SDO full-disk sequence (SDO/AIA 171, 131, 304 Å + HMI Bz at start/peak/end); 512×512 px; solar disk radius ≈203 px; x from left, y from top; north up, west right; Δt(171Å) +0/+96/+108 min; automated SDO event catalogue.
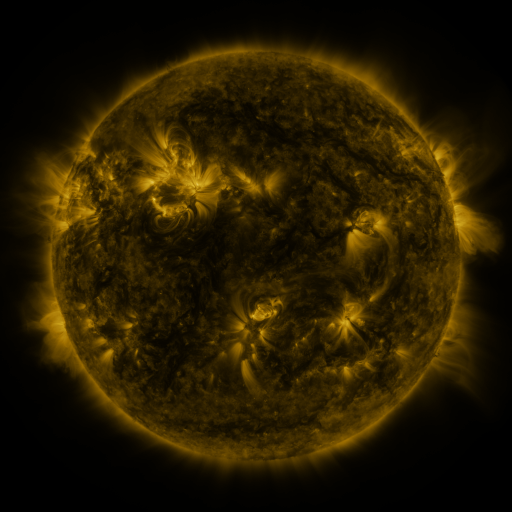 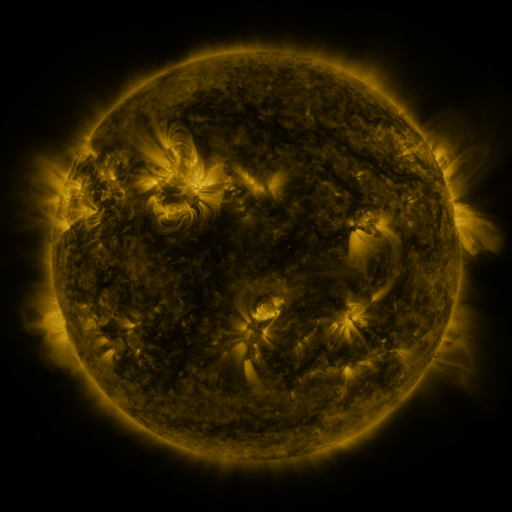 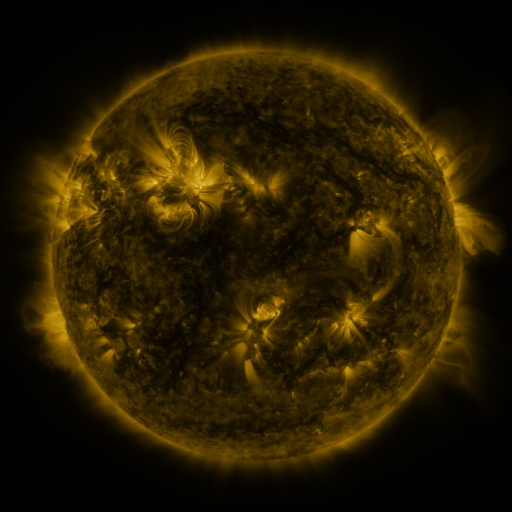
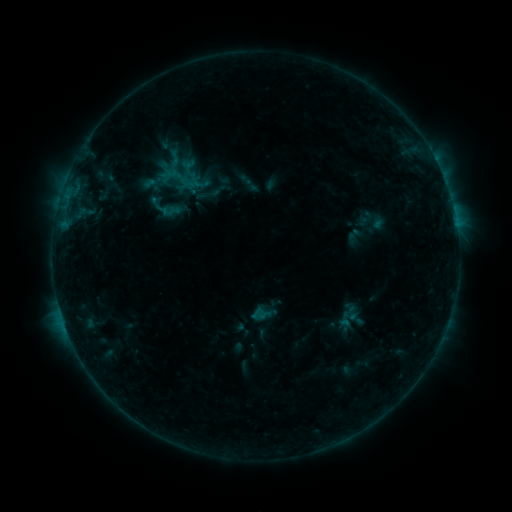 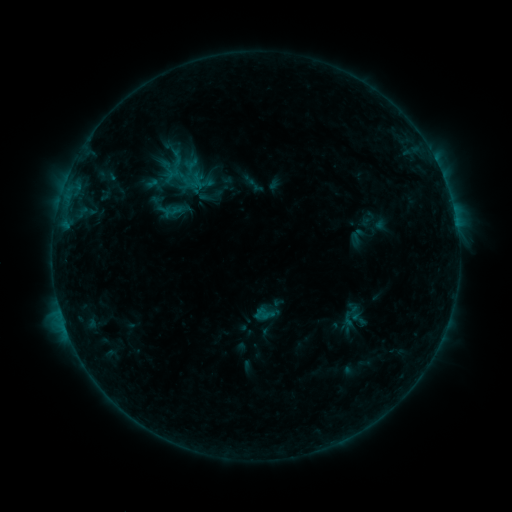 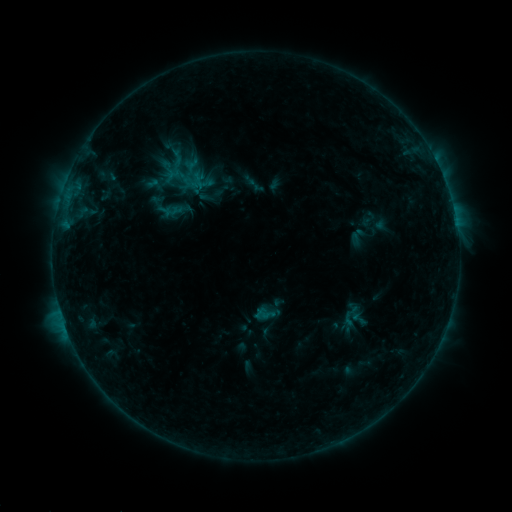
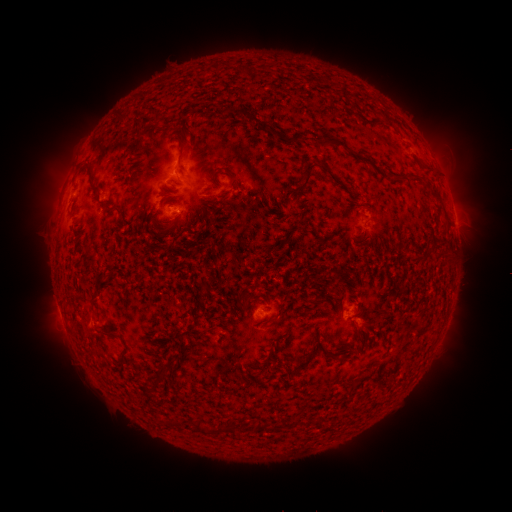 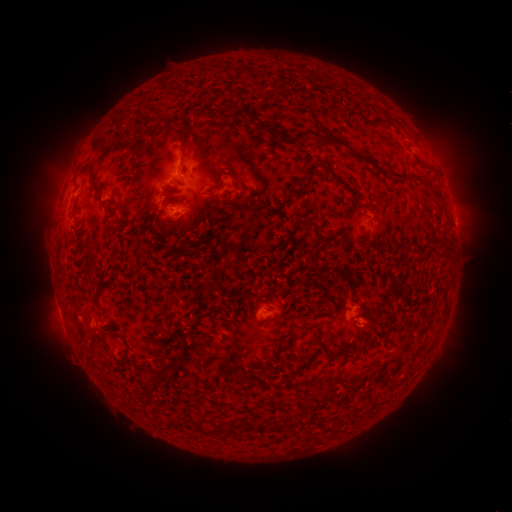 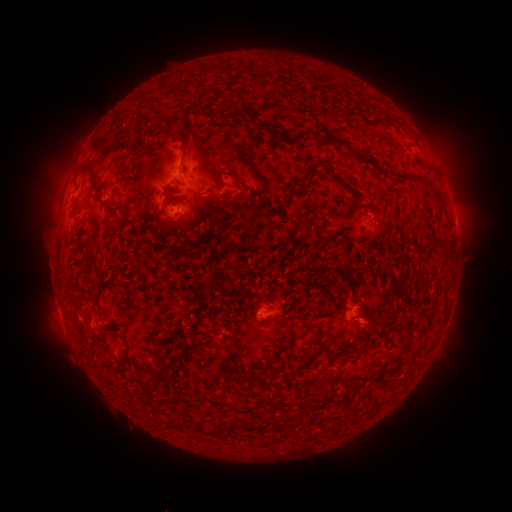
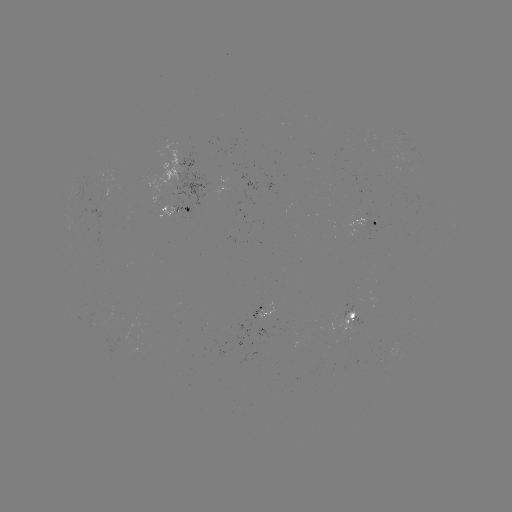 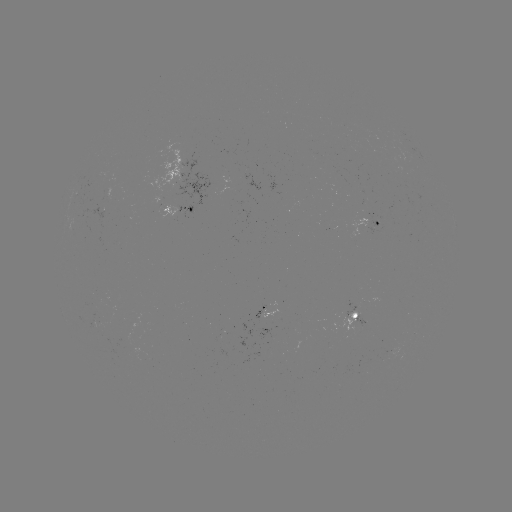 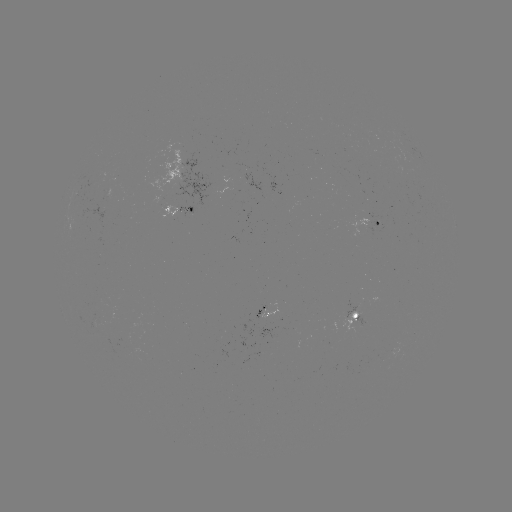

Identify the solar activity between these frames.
emerging-flux region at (264, 309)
